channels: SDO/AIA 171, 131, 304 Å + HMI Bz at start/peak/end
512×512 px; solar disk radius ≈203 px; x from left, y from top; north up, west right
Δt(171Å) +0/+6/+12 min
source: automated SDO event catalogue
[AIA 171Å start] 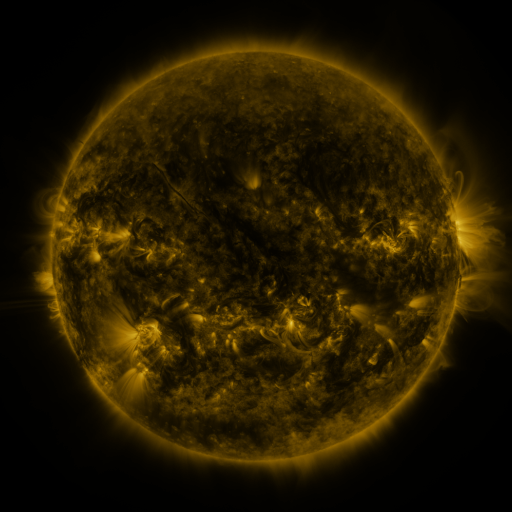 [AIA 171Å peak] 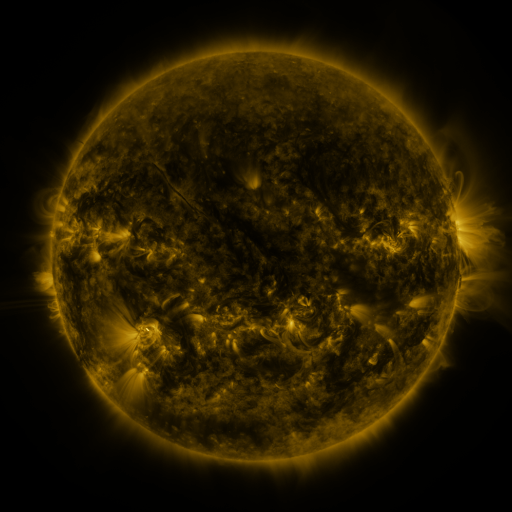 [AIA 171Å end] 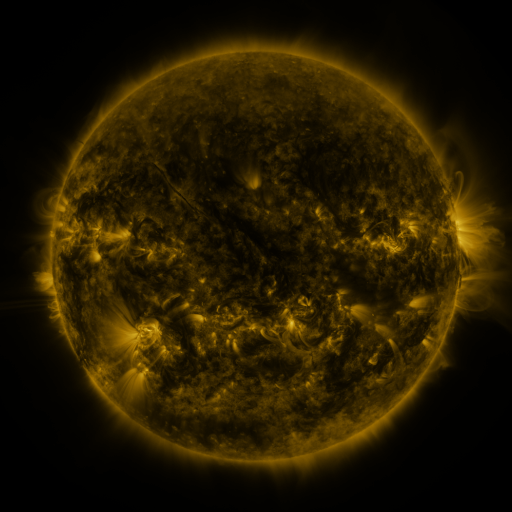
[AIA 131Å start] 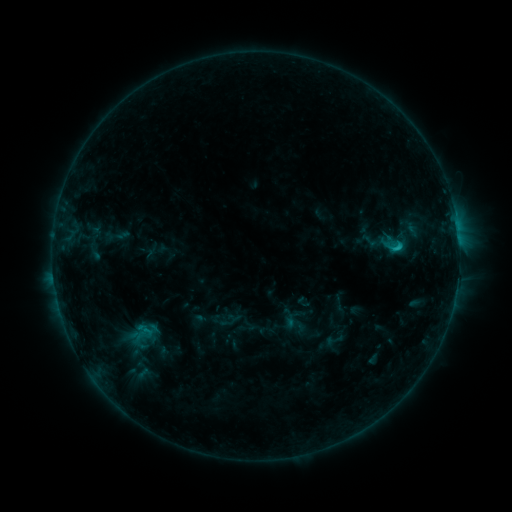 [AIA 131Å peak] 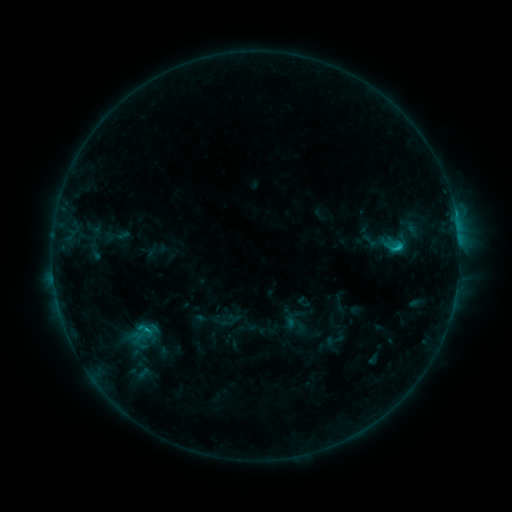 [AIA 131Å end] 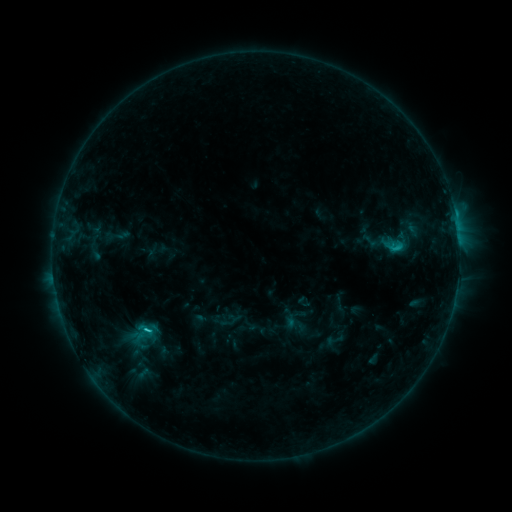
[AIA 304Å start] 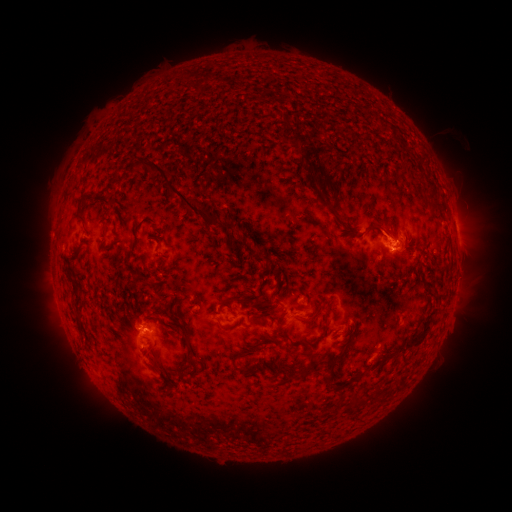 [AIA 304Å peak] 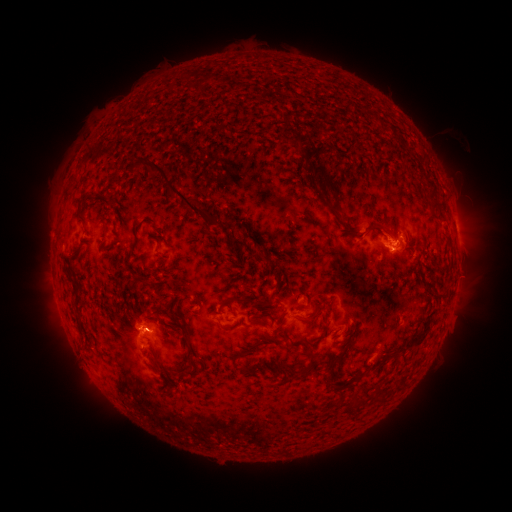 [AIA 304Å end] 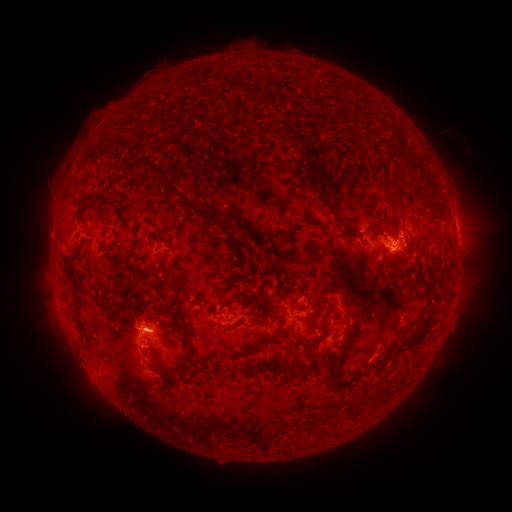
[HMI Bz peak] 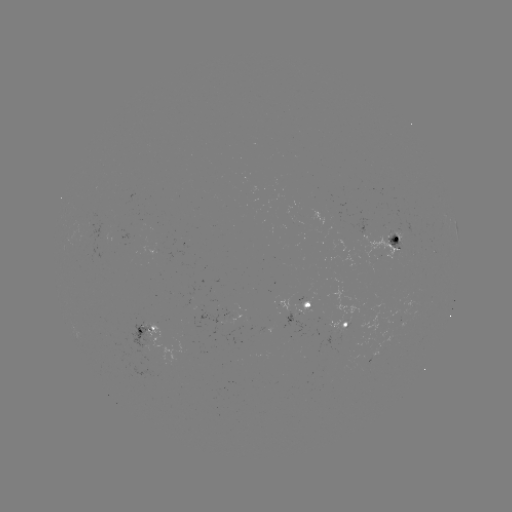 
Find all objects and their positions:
C2.8 flare: (455, 218)
